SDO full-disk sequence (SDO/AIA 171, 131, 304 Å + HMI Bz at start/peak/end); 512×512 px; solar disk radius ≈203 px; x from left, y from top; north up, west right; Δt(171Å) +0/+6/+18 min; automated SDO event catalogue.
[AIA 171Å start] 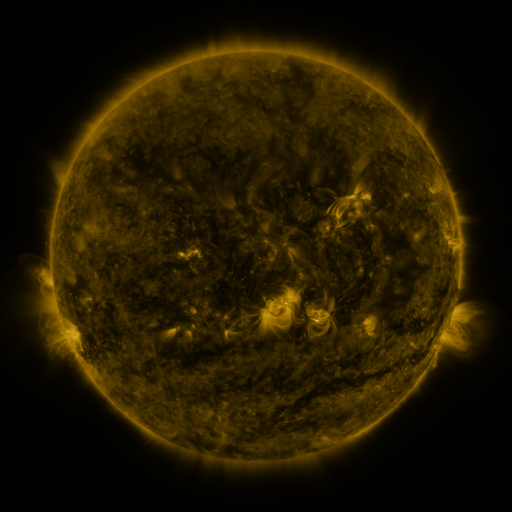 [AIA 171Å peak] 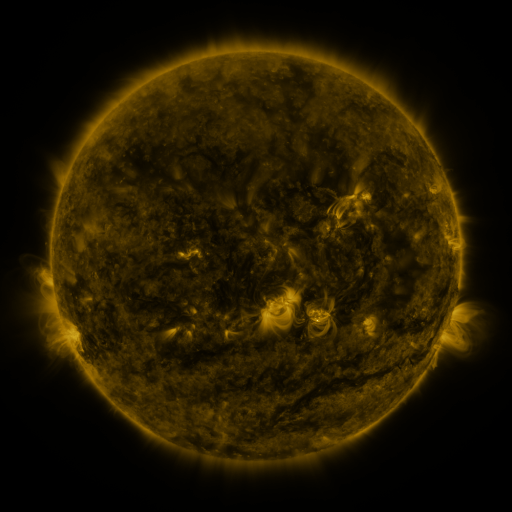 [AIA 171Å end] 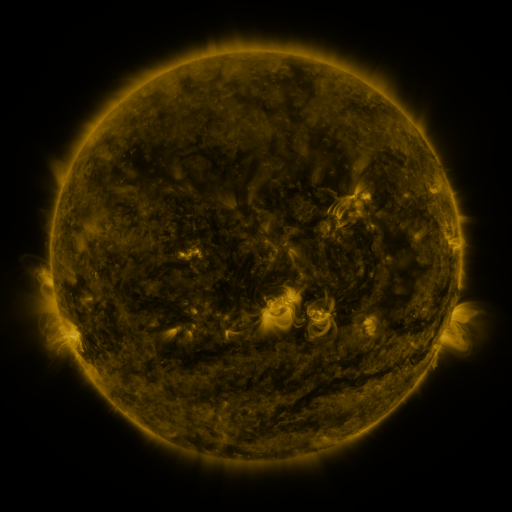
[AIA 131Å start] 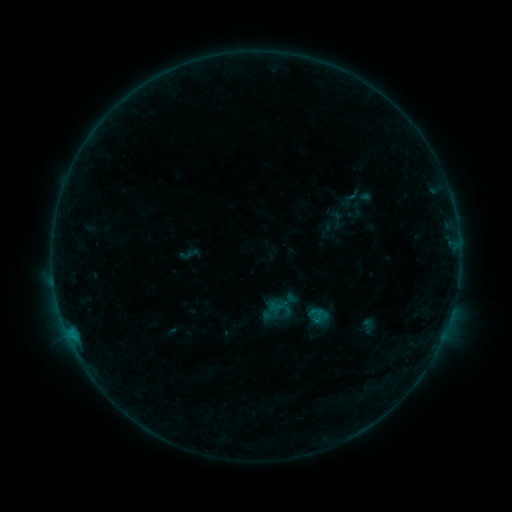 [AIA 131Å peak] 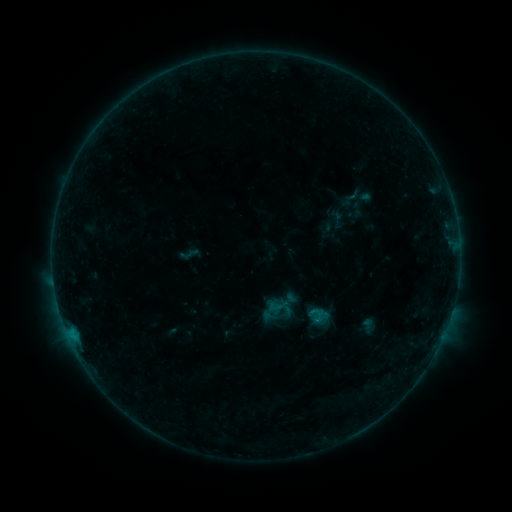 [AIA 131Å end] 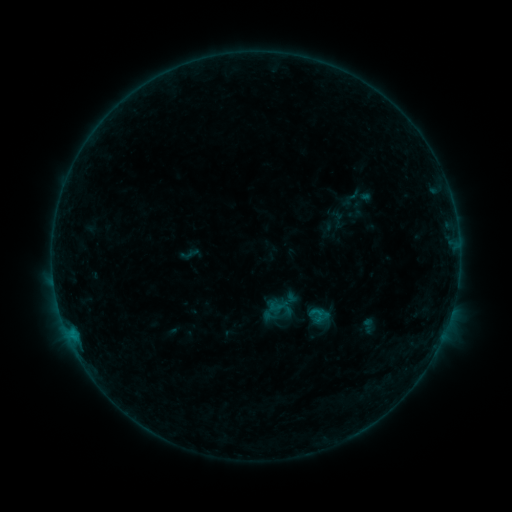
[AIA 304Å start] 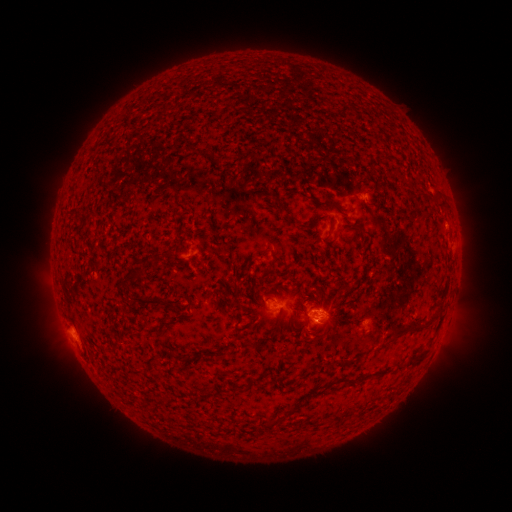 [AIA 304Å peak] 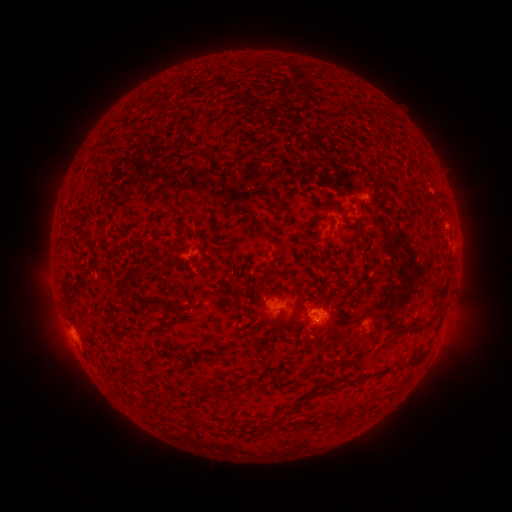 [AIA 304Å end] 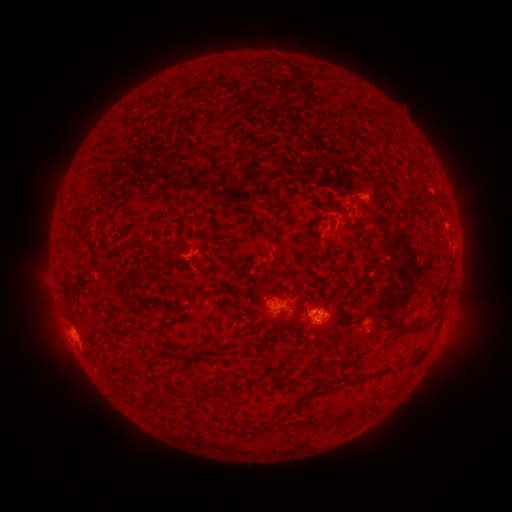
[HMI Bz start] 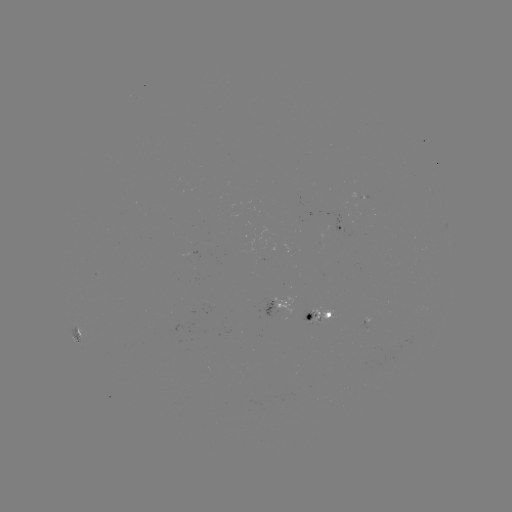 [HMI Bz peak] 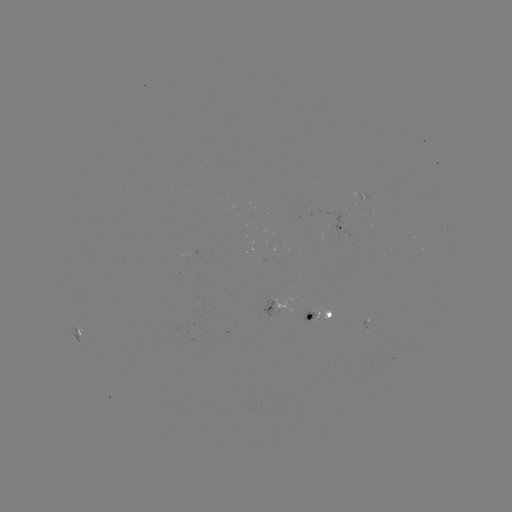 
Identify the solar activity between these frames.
nothing was catalogued: no classed flare, no EUV trigger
